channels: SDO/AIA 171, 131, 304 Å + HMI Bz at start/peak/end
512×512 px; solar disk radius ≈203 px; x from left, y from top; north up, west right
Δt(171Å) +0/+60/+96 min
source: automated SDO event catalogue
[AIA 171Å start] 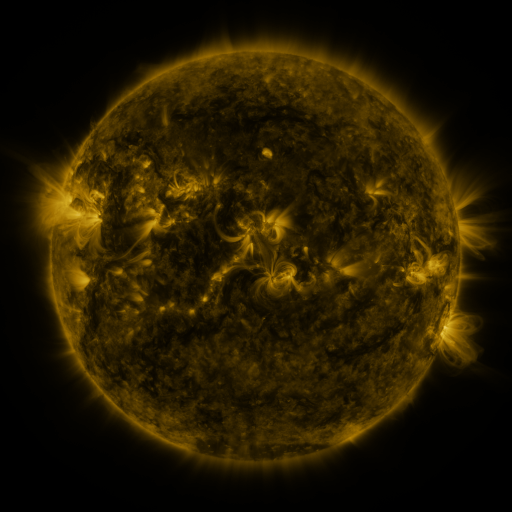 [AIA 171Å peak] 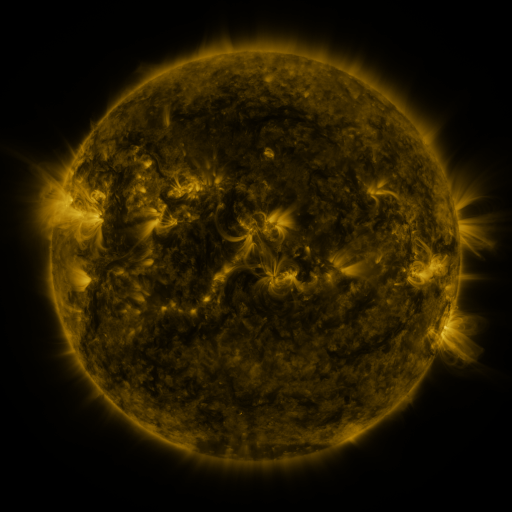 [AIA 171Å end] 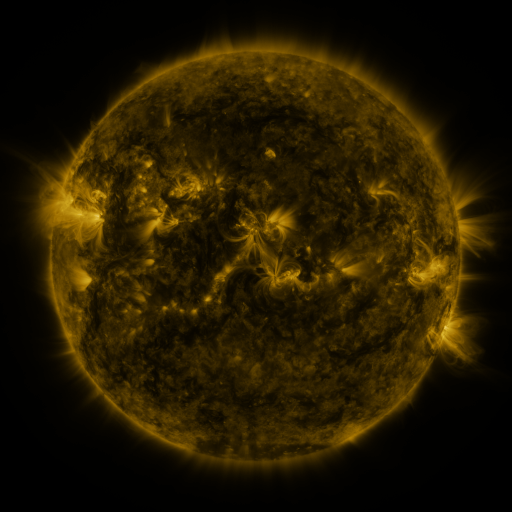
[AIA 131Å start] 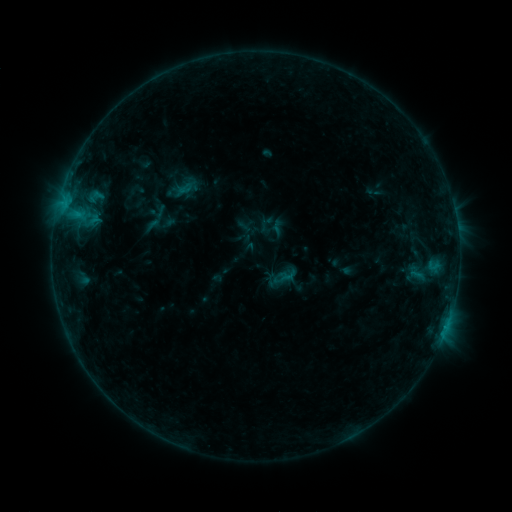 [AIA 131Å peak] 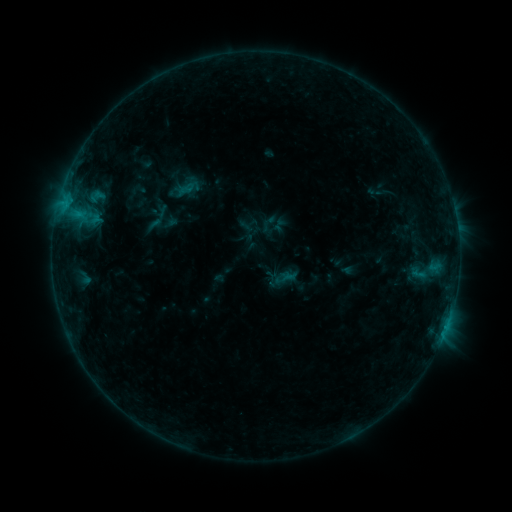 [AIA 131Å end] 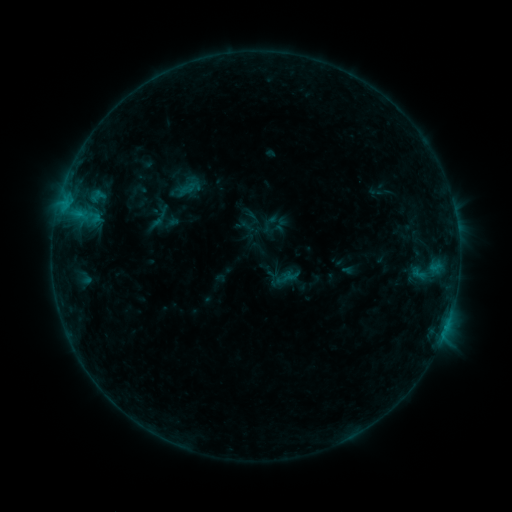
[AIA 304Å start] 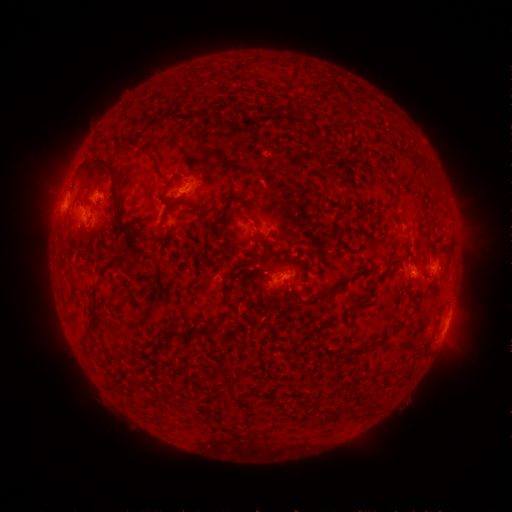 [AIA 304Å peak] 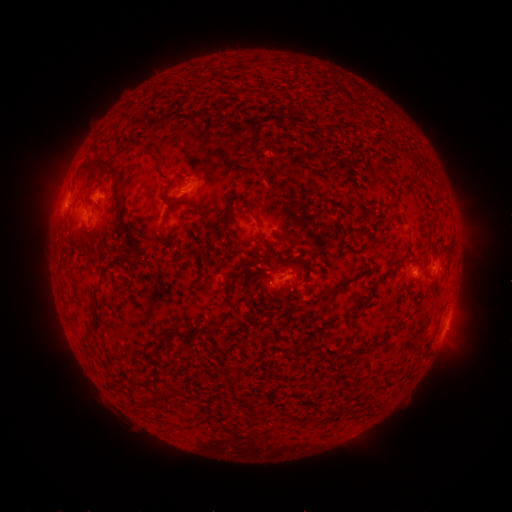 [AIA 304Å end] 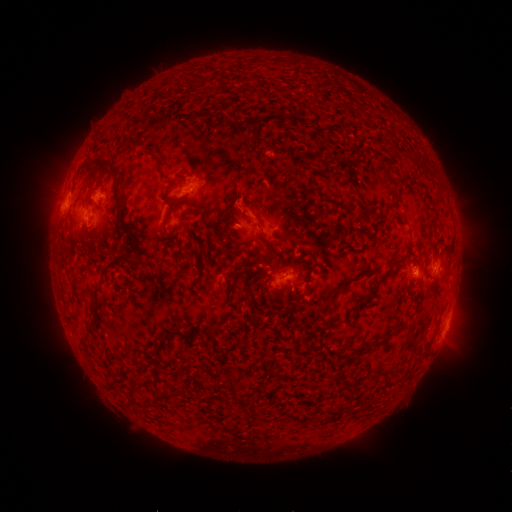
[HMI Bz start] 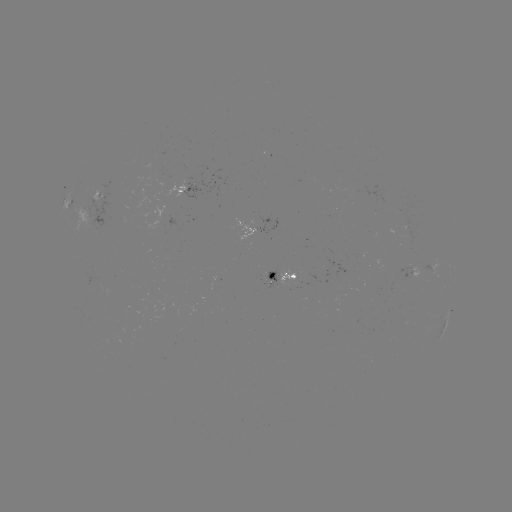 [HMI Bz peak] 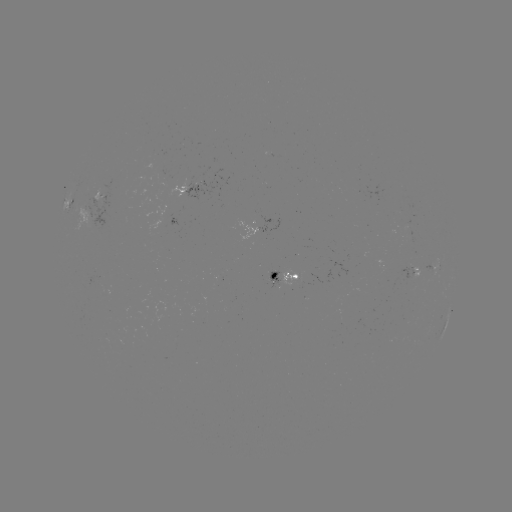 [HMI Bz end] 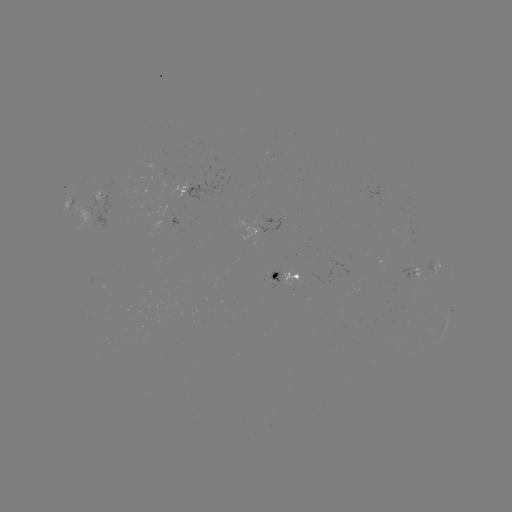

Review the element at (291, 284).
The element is emerging-flux region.